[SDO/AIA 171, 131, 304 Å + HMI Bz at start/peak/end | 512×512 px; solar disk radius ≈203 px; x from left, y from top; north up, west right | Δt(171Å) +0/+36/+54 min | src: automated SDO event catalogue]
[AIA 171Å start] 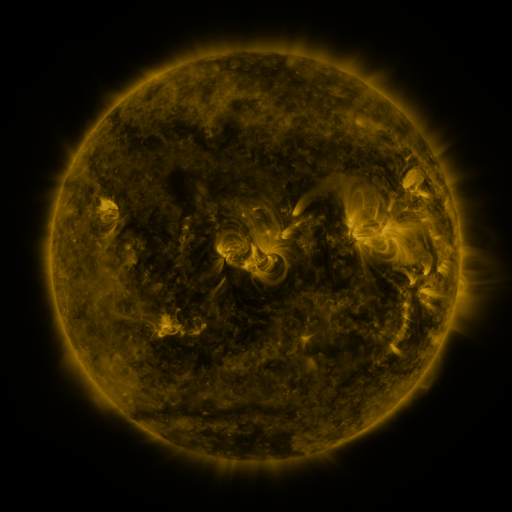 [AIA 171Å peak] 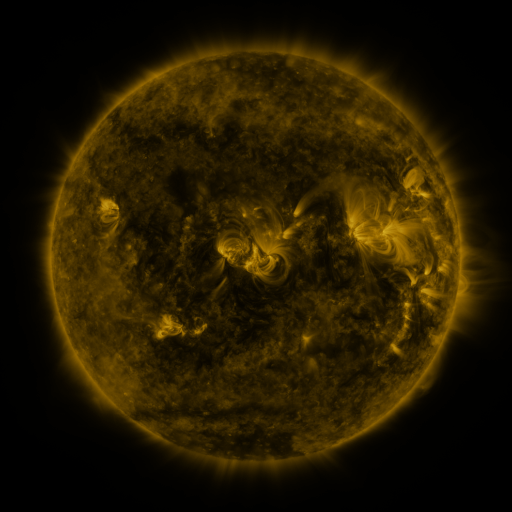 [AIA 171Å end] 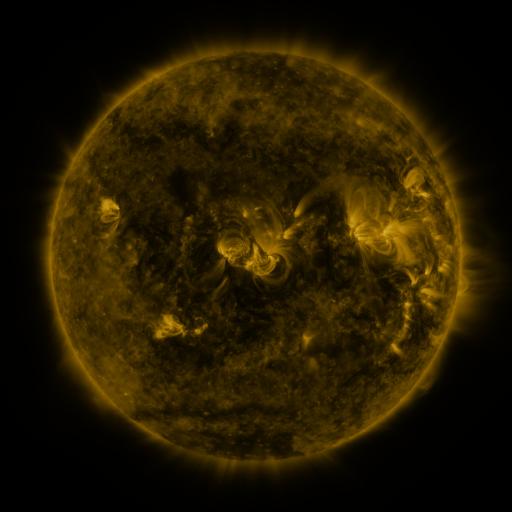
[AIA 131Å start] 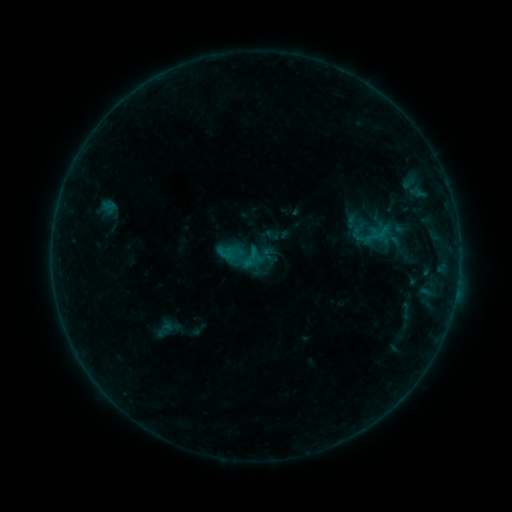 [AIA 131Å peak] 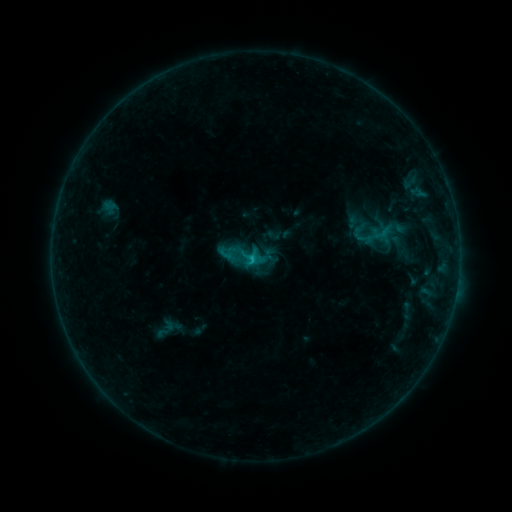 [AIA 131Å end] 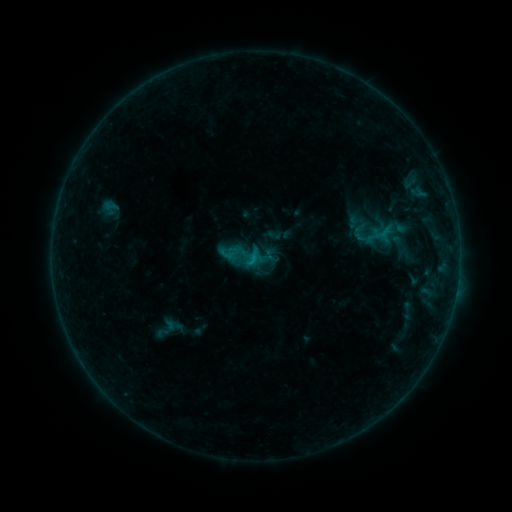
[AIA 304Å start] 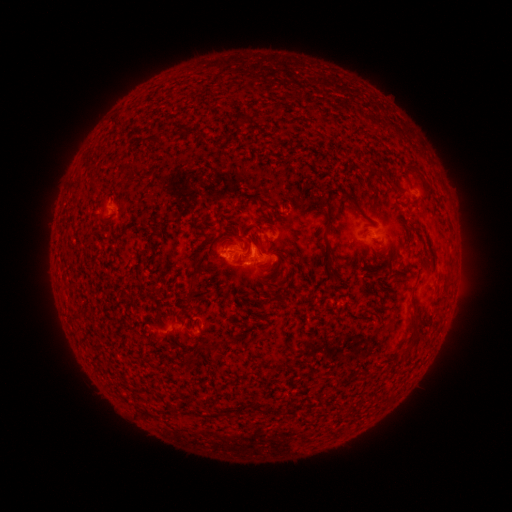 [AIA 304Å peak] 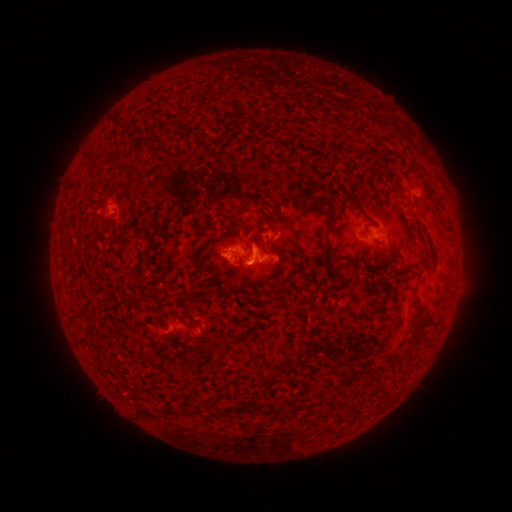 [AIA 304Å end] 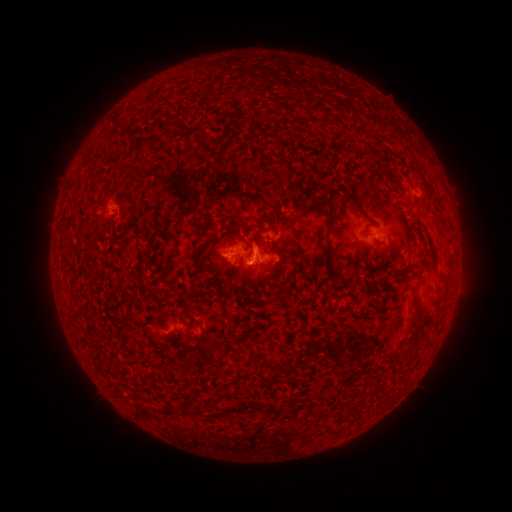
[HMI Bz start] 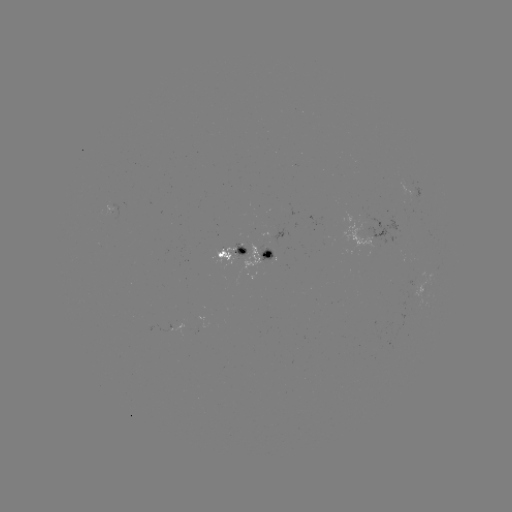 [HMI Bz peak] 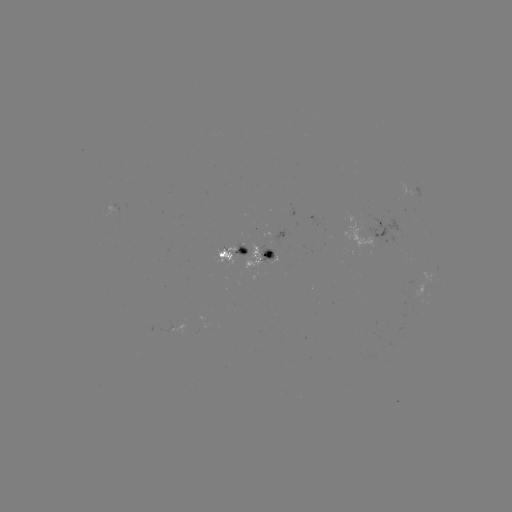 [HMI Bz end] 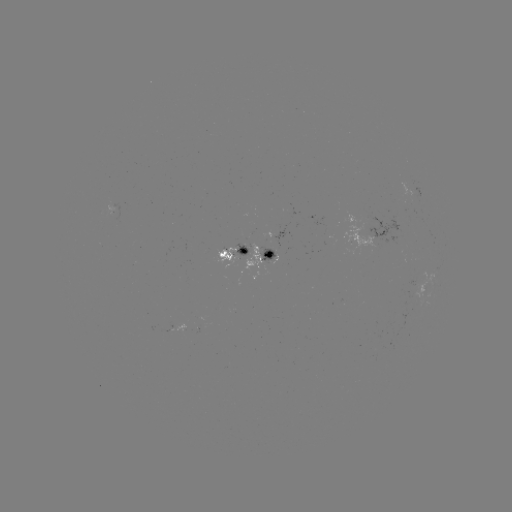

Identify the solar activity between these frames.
C1.0 flare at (252, 261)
